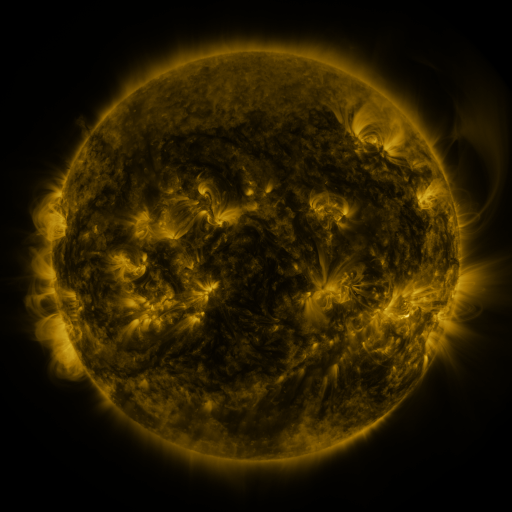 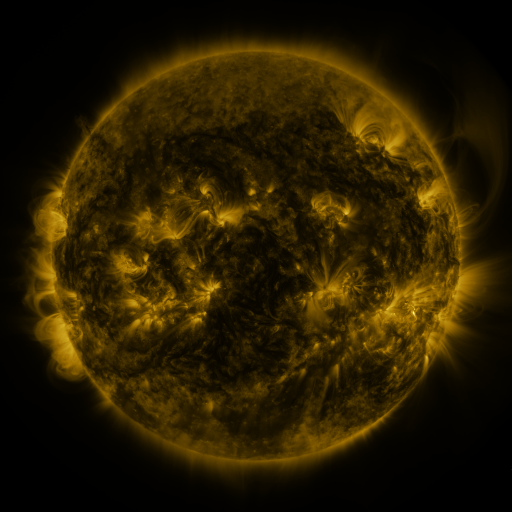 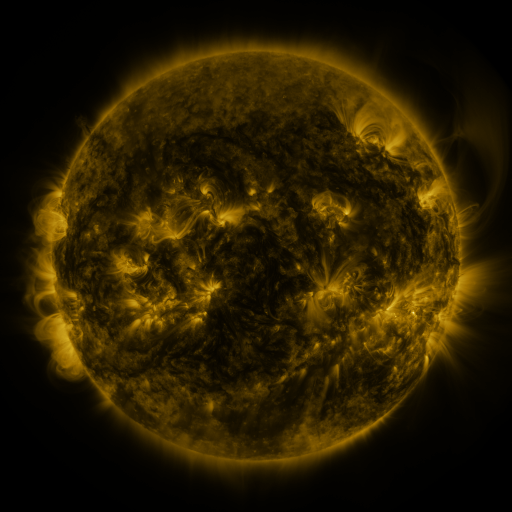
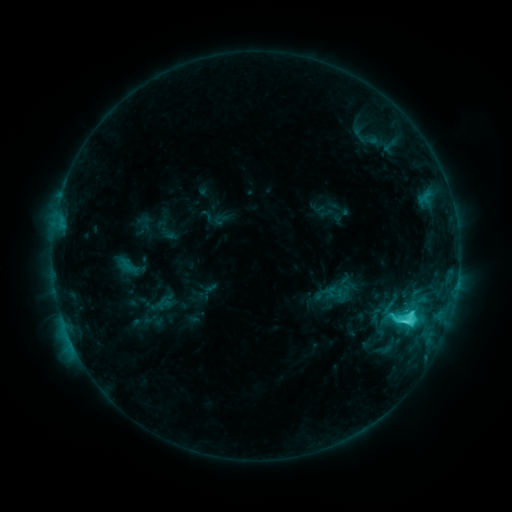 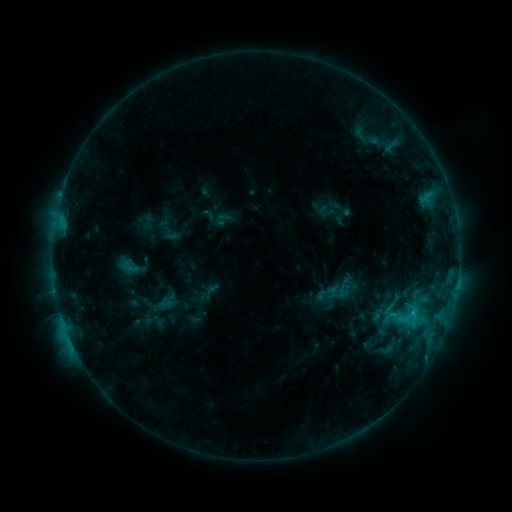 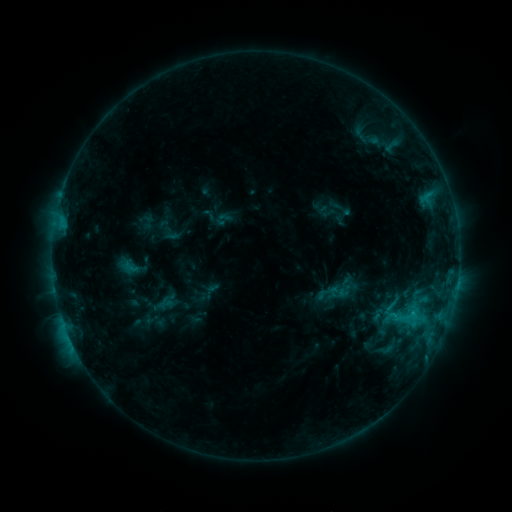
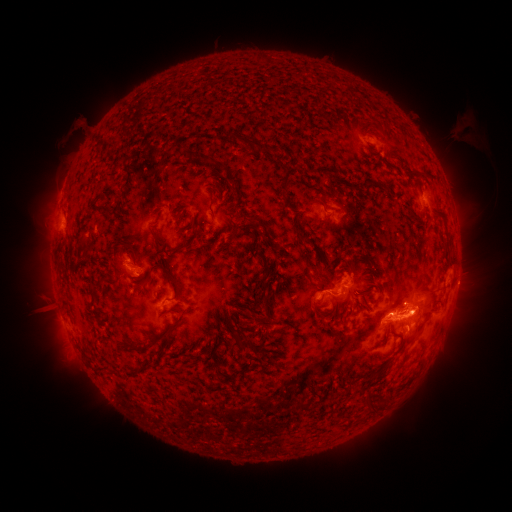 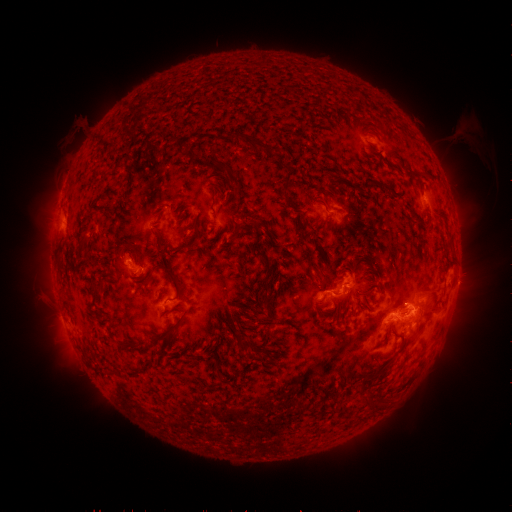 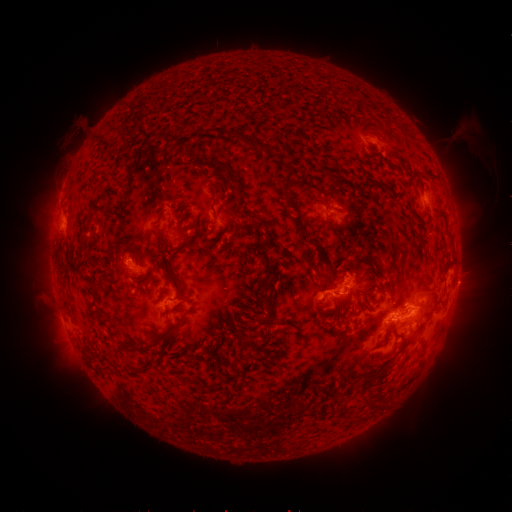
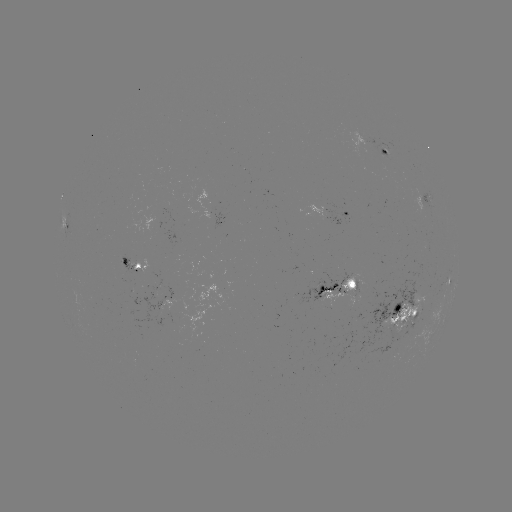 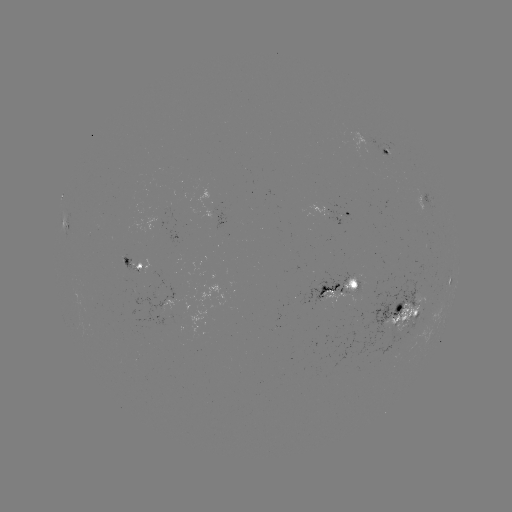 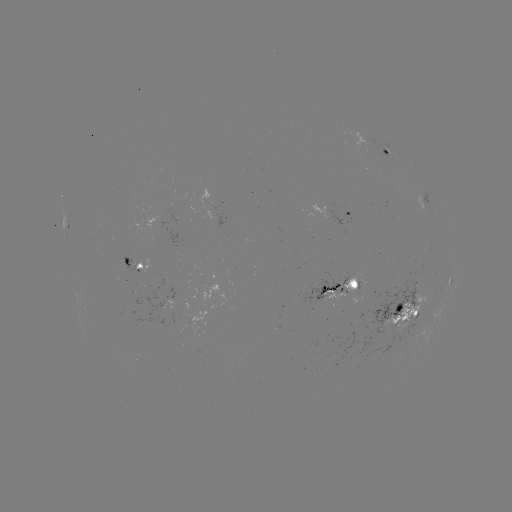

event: emerging-flux region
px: (355, 286)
